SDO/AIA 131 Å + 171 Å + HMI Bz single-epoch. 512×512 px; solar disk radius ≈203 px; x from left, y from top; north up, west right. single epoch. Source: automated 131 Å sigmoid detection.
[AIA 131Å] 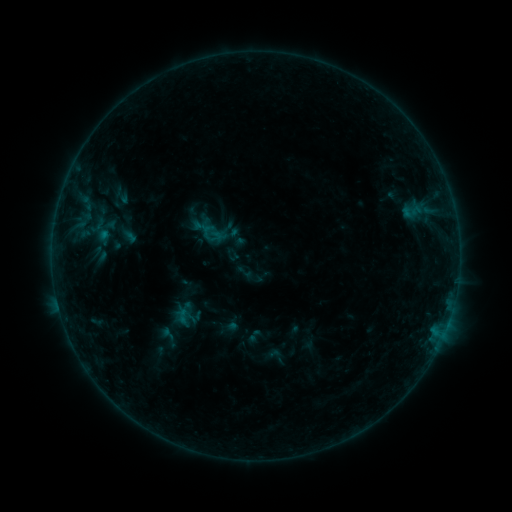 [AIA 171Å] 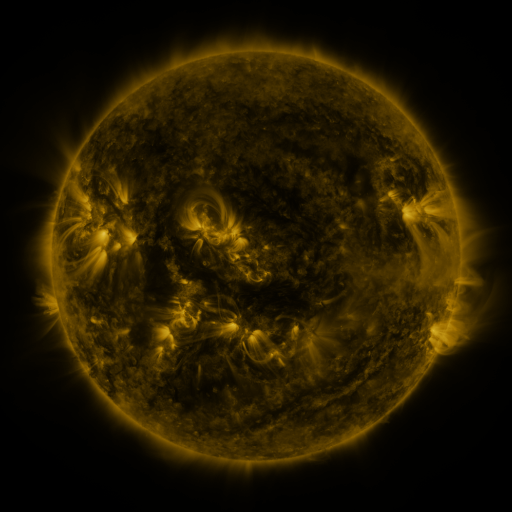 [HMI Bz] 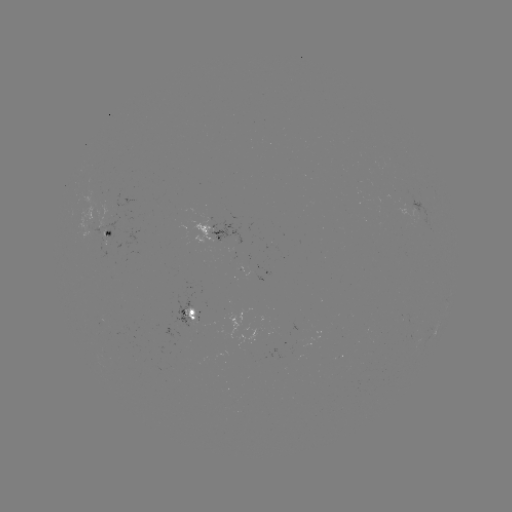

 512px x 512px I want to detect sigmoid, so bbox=[112, 183, 131, 207].